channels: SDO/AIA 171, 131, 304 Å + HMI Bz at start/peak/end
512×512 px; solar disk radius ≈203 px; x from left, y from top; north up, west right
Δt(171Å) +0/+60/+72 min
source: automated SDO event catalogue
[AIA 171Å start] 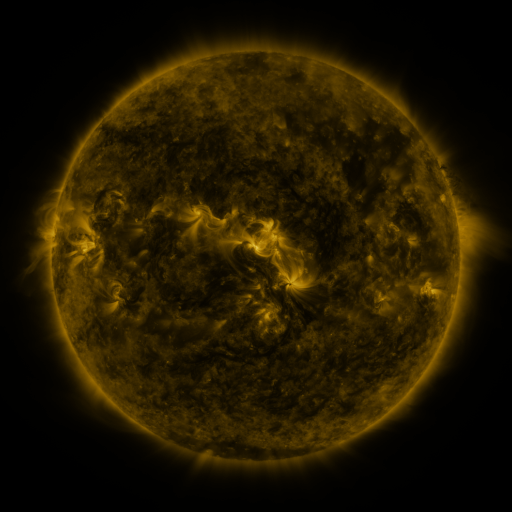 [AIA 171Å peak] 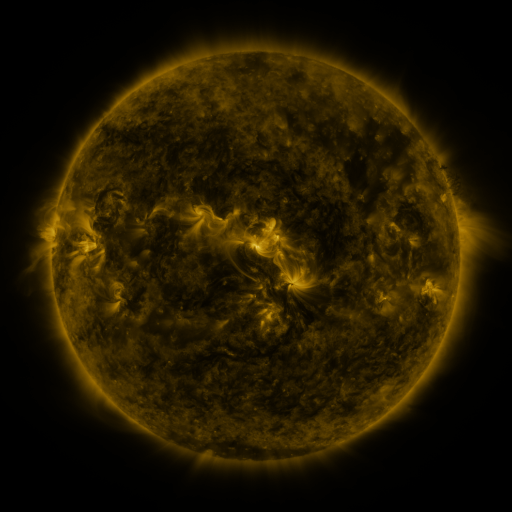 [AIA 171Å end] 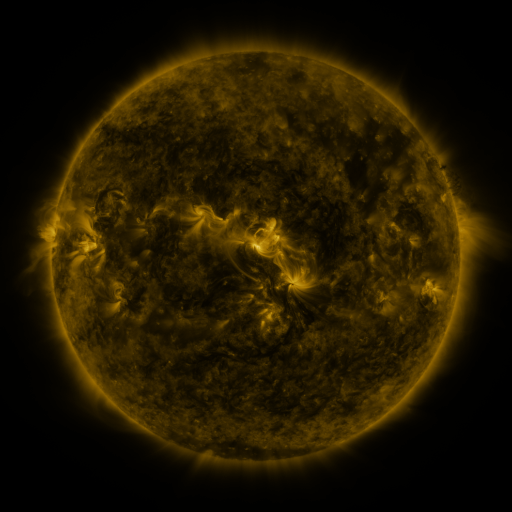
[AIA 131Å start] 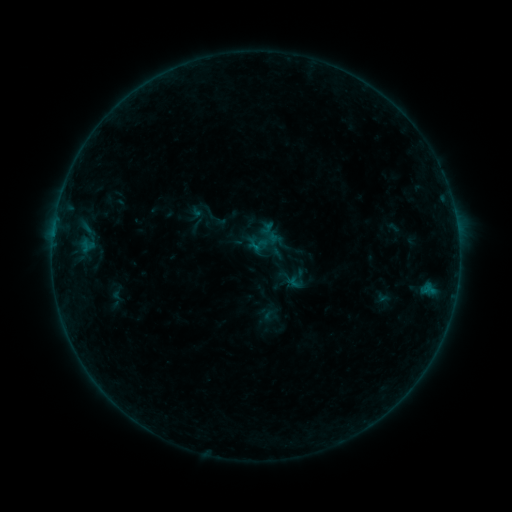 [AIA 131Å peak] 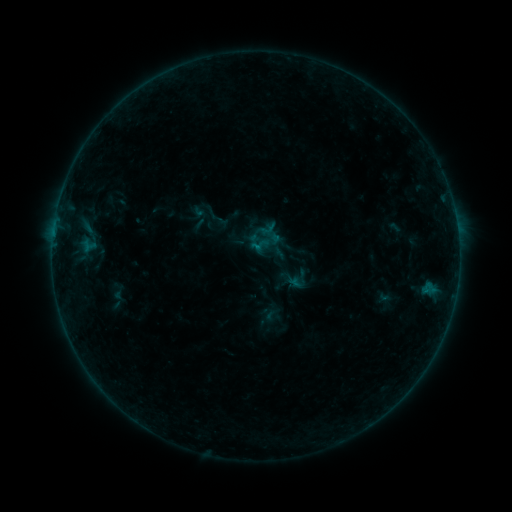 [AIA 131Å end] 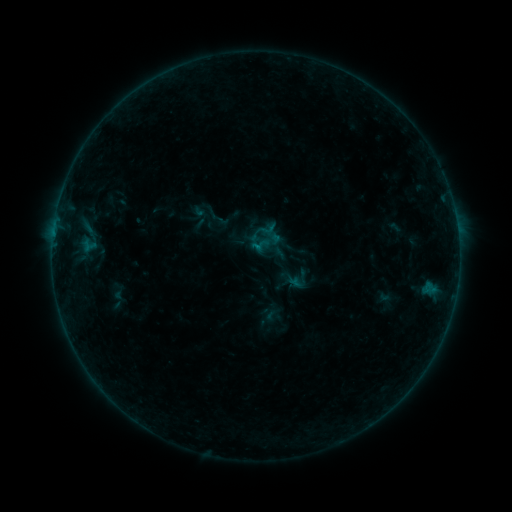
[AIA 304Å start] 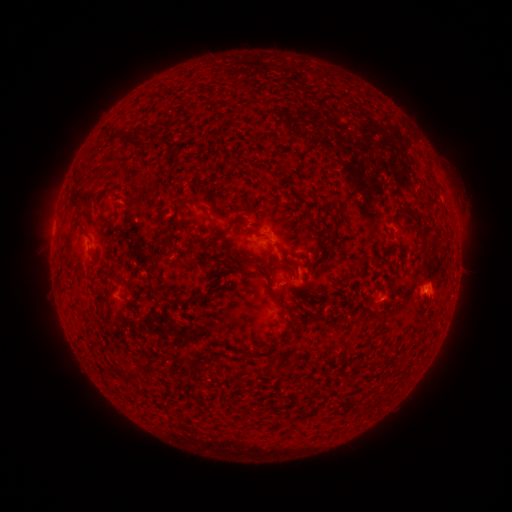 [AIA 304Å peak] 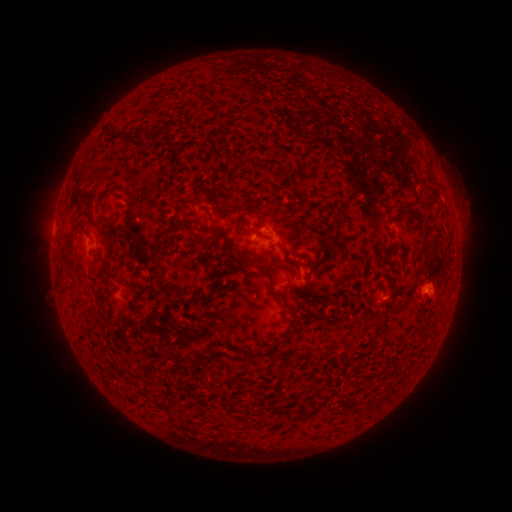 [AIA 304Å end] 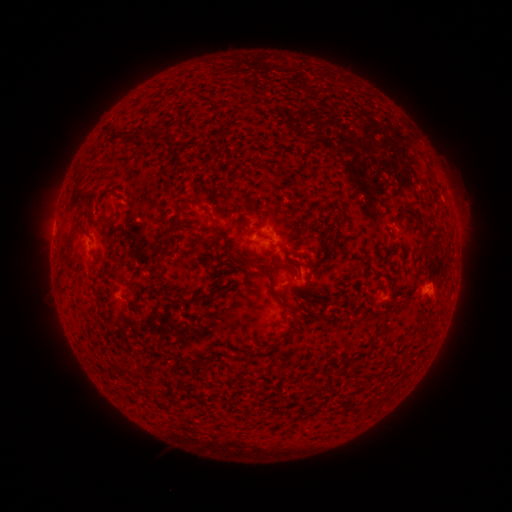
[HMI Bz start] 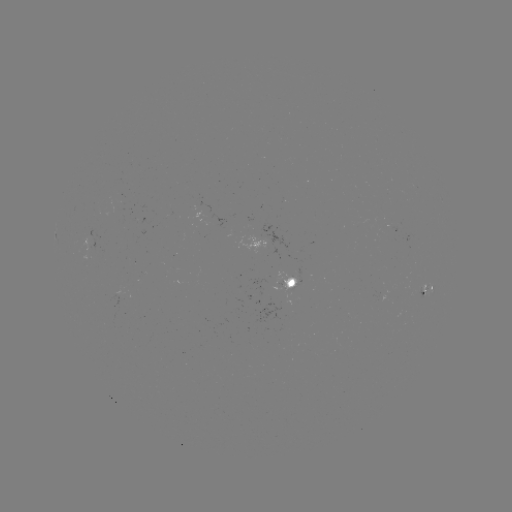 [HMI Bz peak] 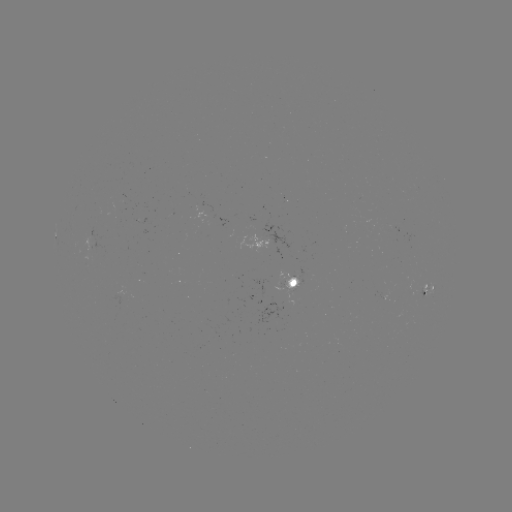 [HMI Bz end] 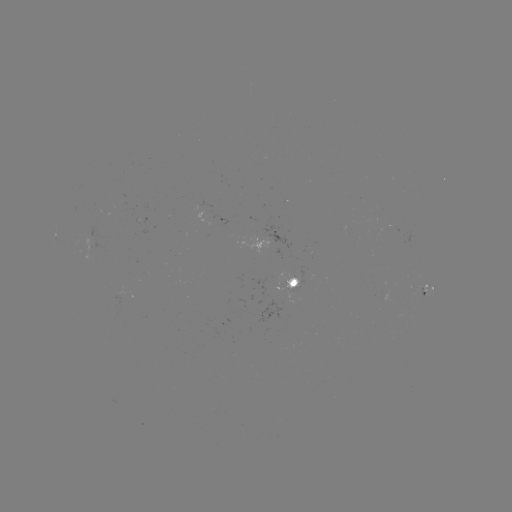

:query emerging-flux region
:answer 297,281